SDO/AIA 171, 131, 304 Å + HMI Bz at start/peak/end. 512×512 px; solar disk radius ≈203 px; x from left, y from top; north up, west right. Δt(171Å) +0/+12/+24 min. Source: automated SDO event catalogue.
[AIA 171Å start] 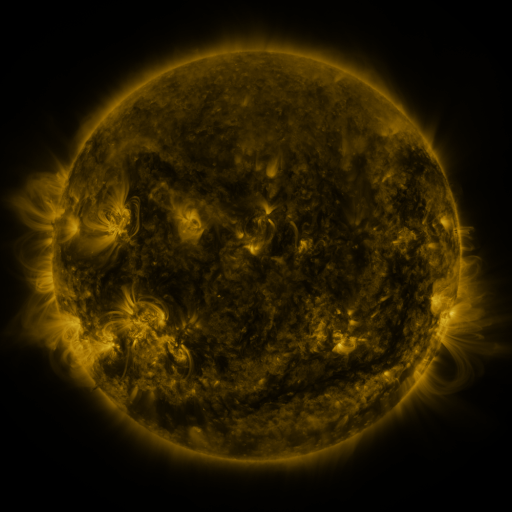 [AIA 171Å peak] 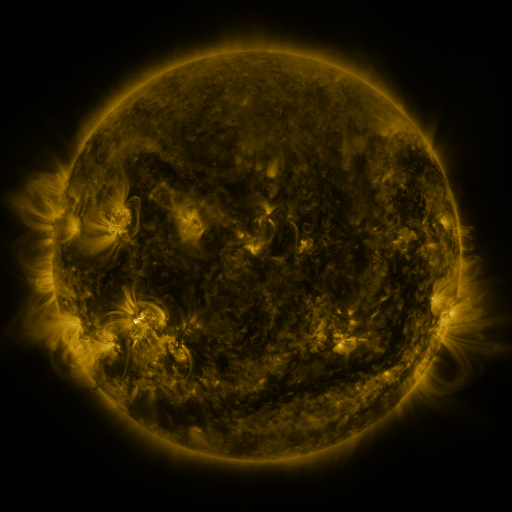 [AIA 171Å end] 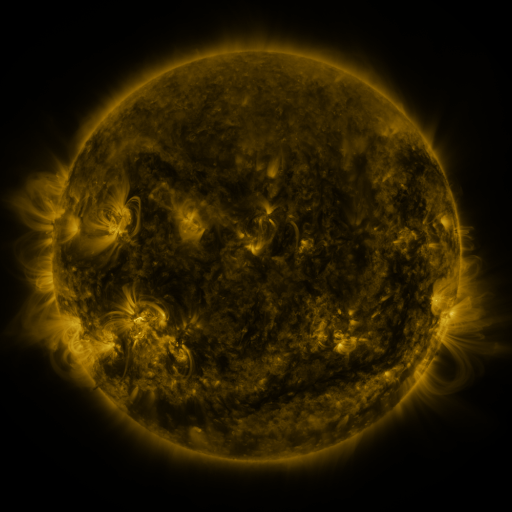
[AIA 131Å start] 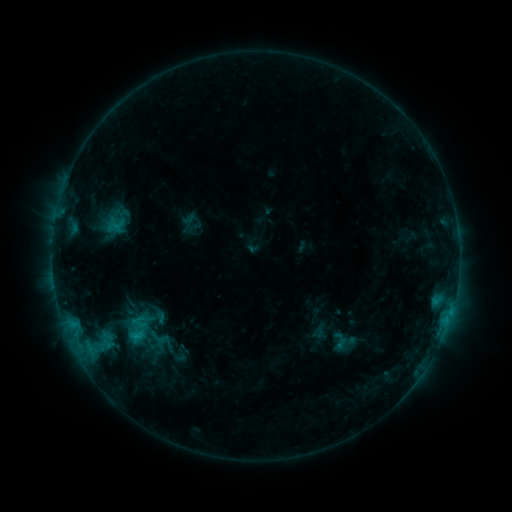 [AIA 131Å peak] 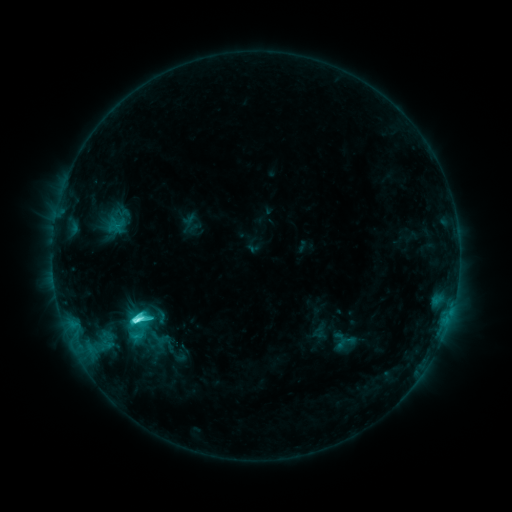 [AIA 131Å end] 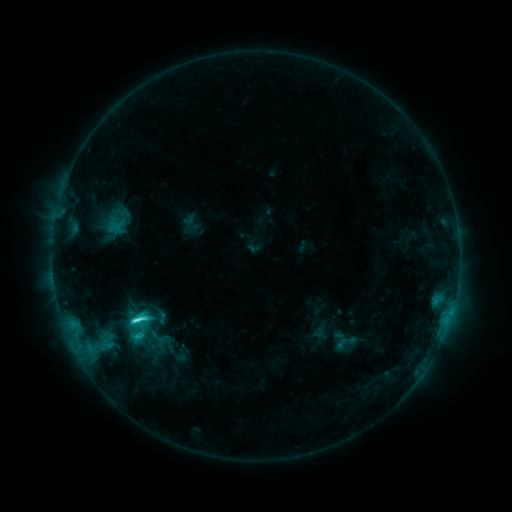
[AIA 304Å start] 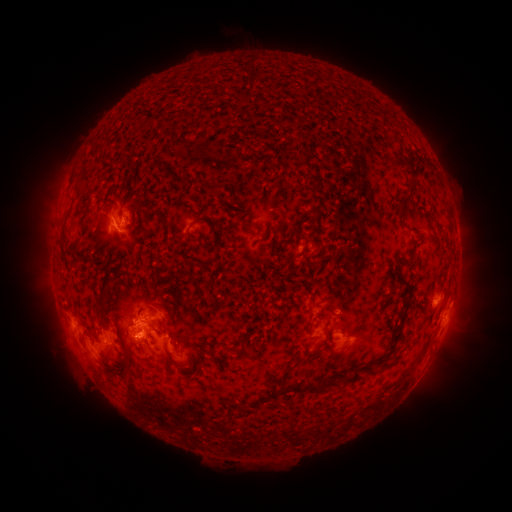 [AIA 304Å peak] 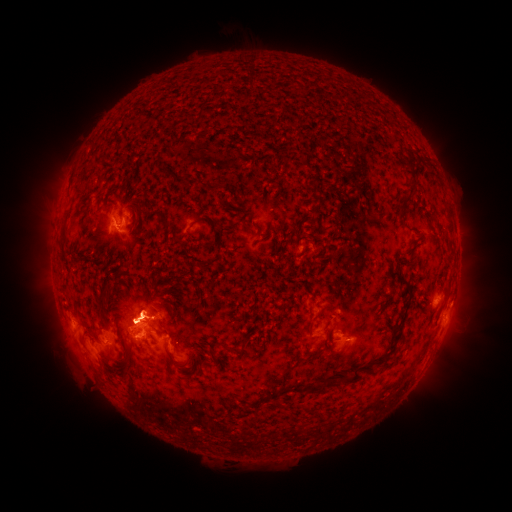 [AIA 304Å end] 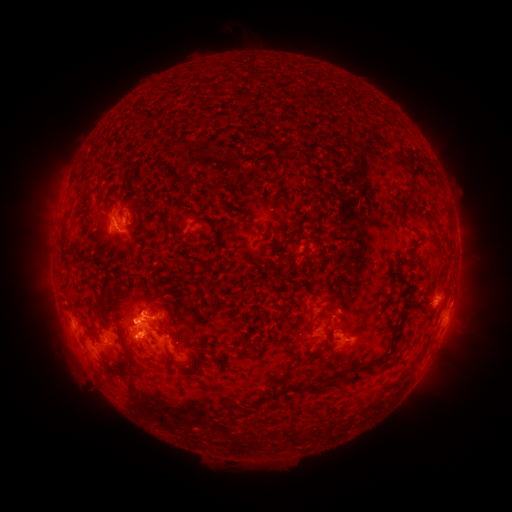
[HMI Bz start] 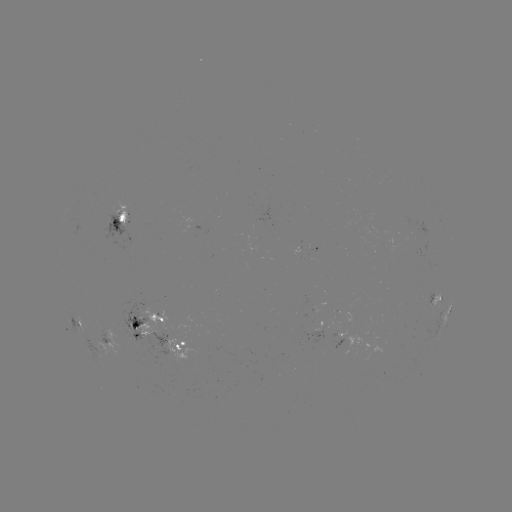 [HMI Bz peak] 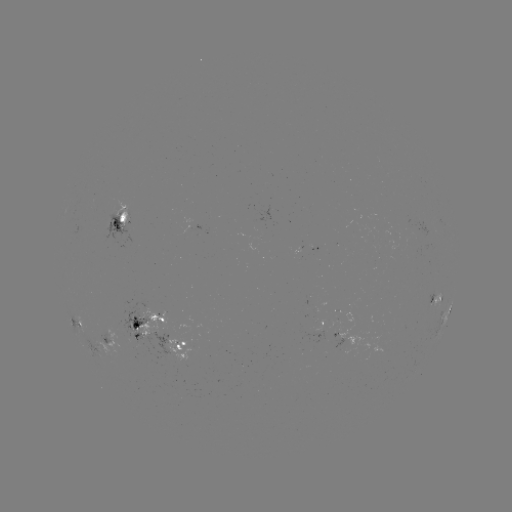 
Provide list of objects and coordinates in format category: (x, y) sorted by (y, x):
C7.8 flare: (138, 318)
